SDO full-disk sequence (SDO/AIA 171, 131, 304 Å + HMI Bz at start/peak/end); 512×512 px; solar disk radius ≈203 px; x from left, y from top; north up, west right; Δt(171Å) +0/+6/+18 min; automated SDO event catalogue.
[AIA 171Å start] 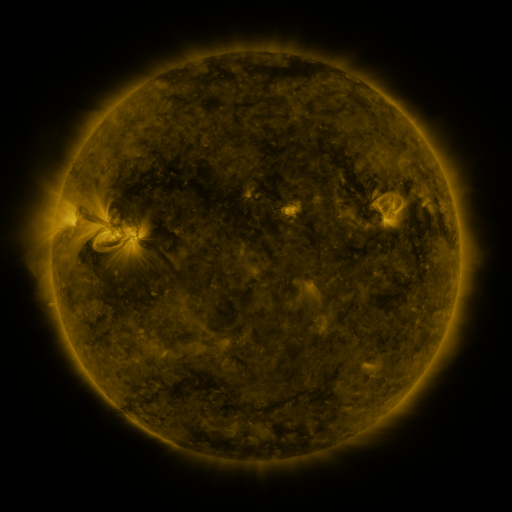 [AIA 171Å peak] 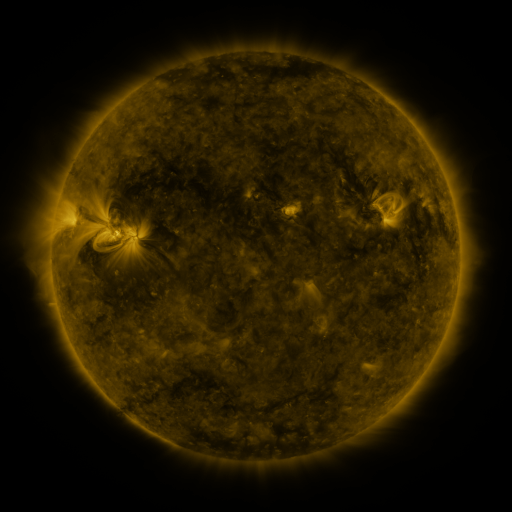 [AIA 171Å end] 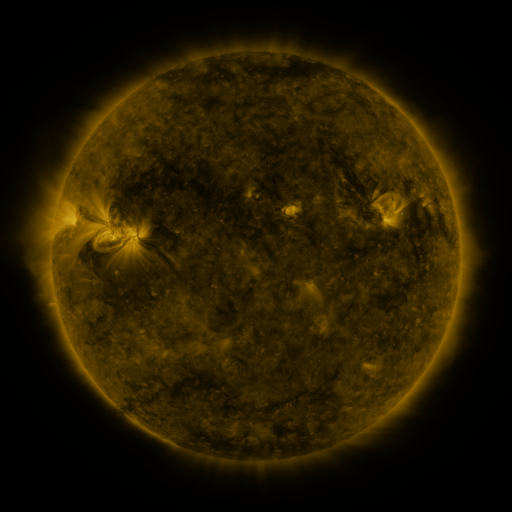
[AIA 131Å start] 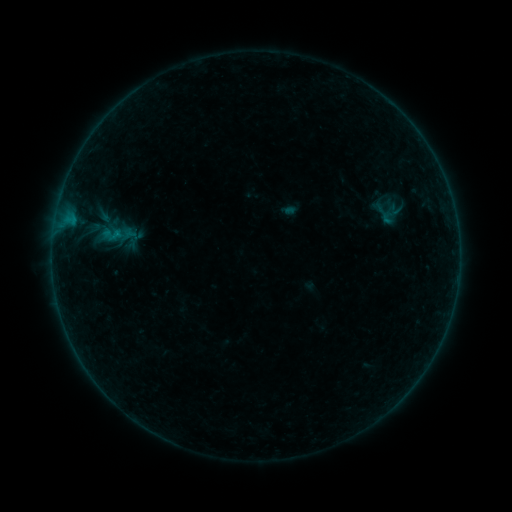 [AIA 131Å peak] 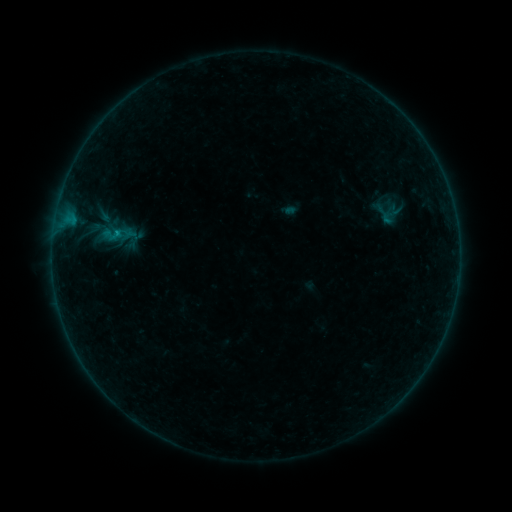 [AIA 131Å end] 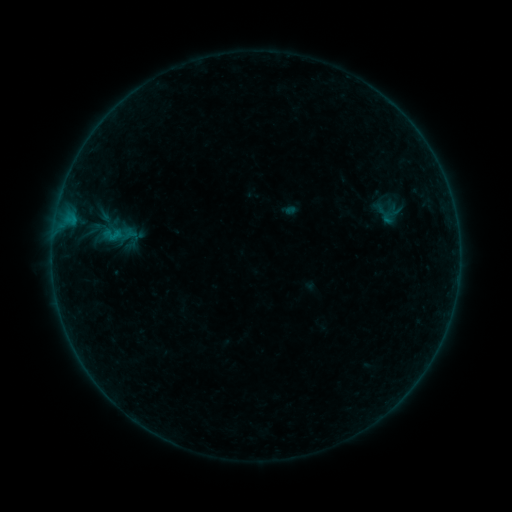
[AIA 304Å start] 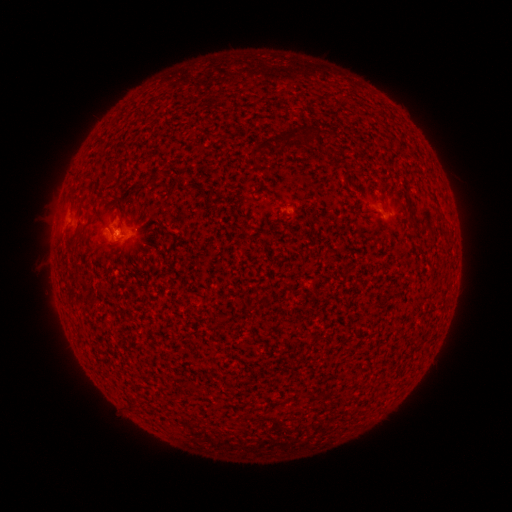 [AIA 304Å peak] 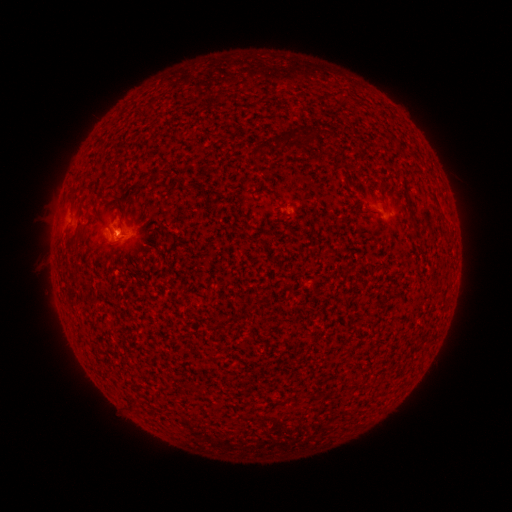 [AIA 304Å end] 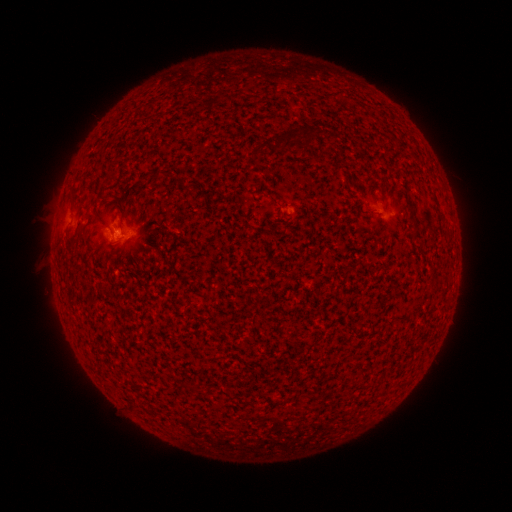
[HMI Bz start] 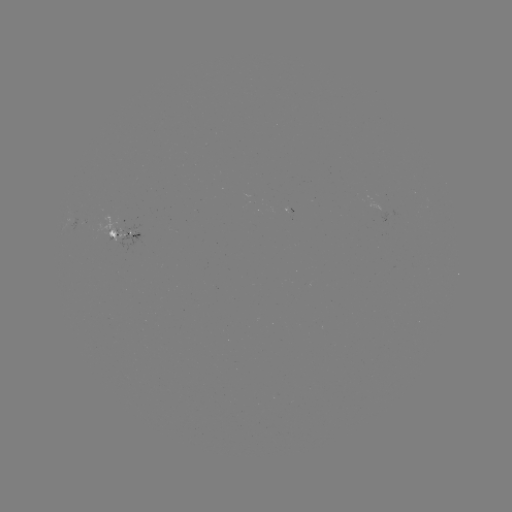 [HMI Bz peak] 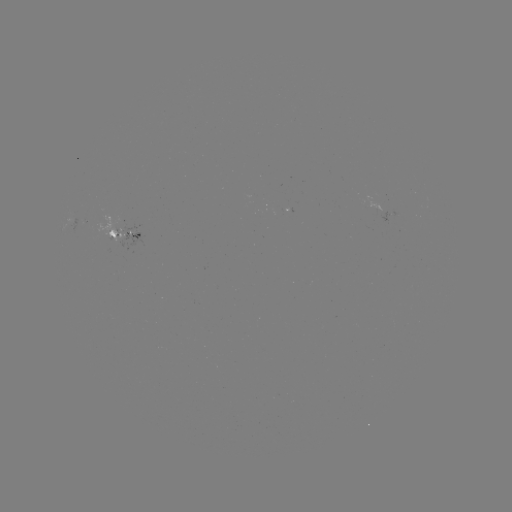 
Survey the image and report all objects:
B2.2 flare: (117, 233)
